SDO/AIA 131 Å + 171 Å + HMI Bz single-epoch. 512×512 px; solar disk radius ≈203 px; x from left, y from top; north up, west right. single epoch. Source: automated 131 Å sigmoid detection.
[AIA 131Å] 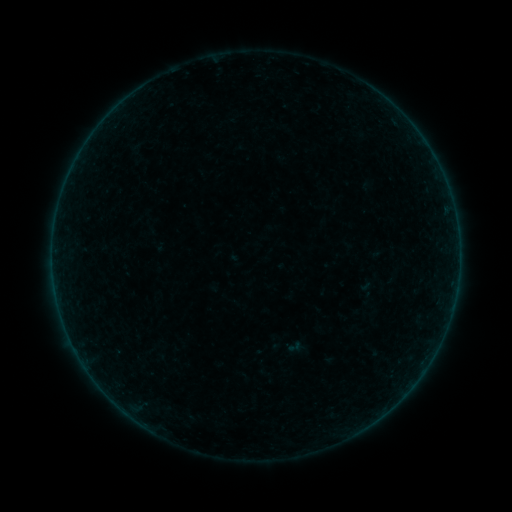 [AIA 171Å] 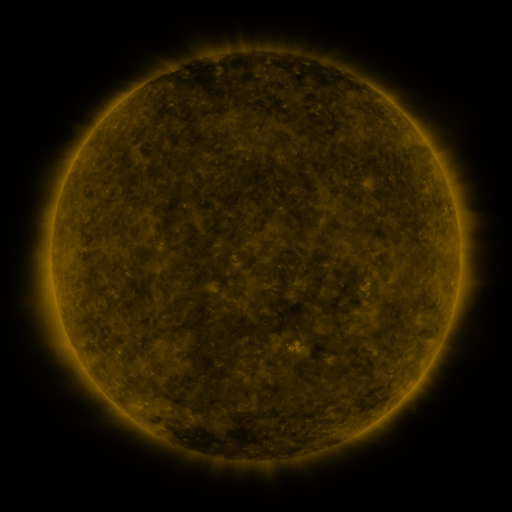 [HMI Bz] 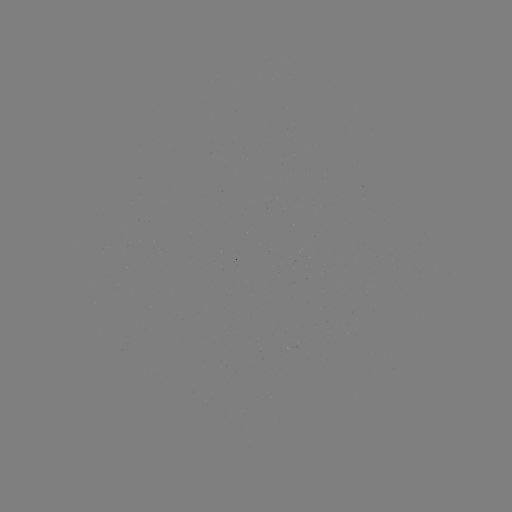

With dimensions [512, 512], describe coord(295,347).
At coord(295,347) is sigmoid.